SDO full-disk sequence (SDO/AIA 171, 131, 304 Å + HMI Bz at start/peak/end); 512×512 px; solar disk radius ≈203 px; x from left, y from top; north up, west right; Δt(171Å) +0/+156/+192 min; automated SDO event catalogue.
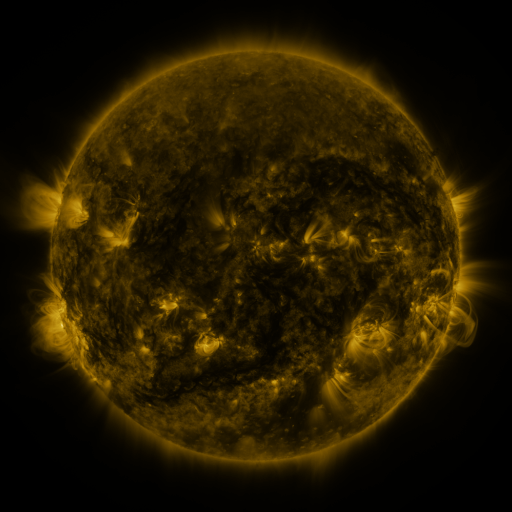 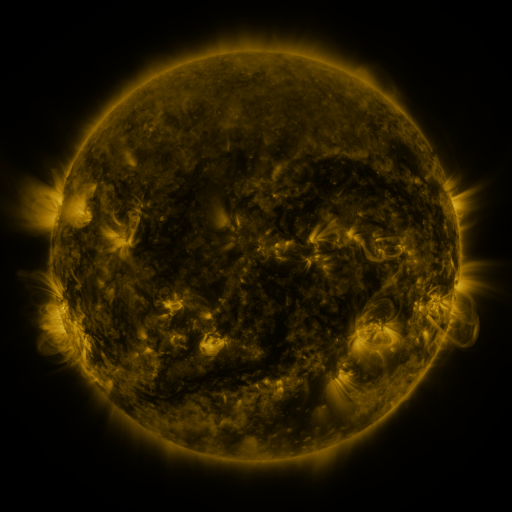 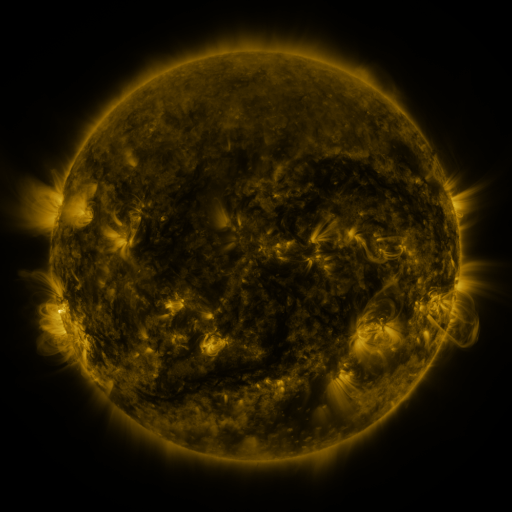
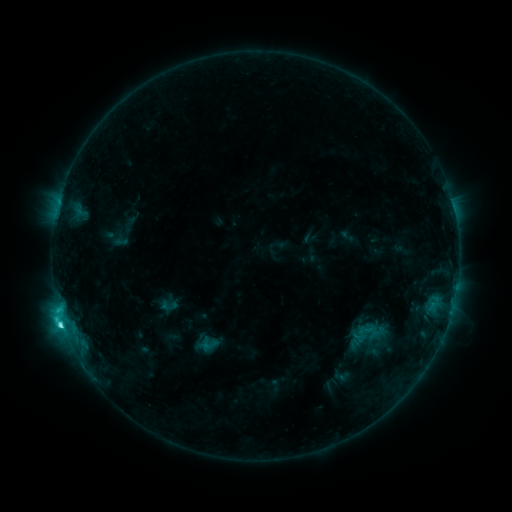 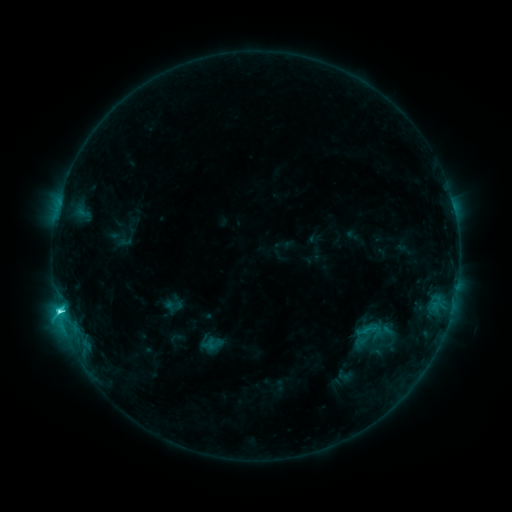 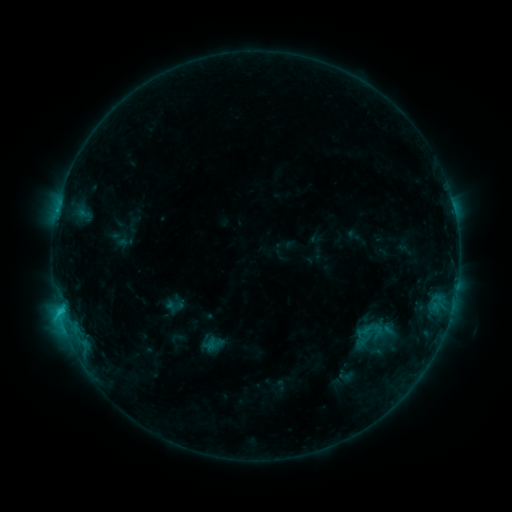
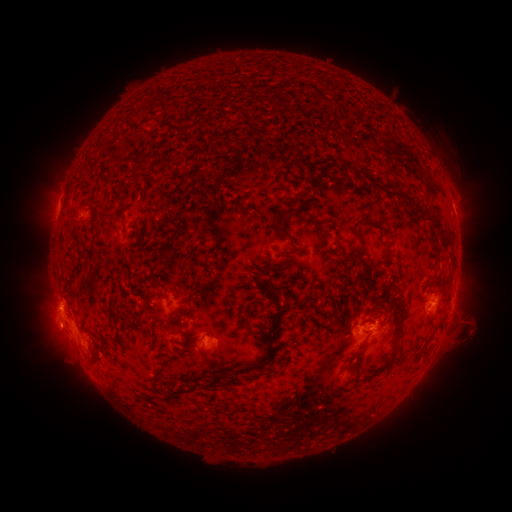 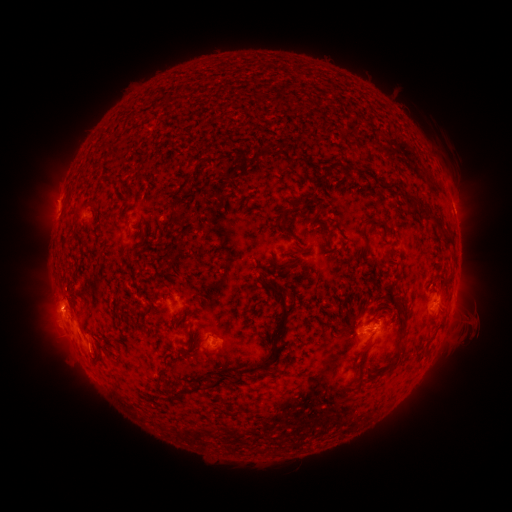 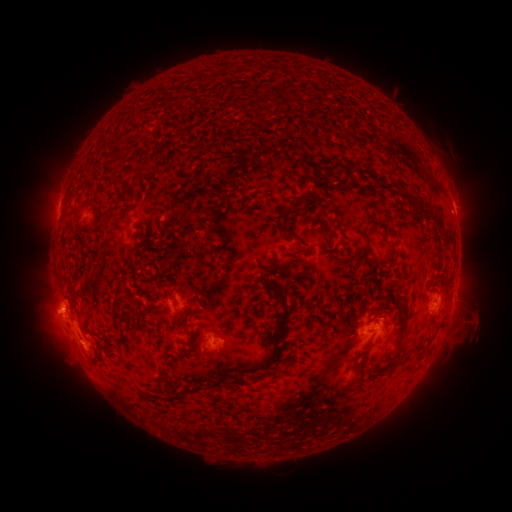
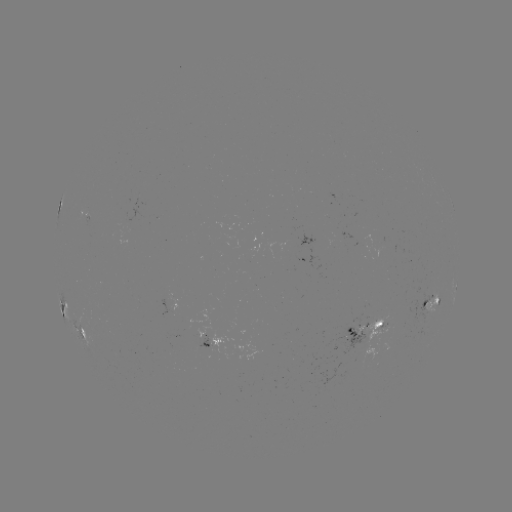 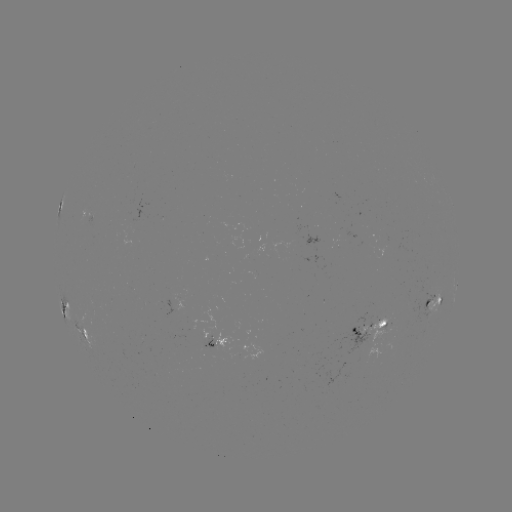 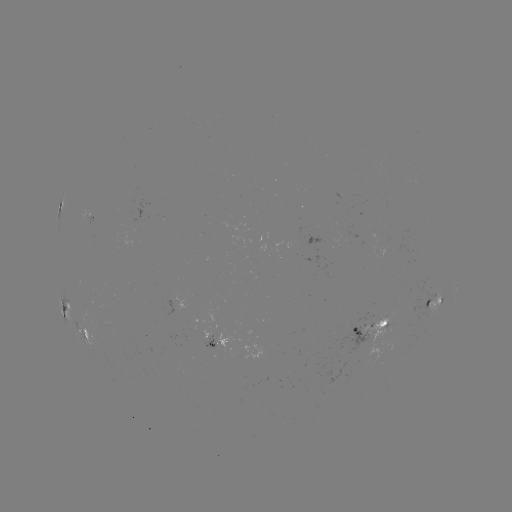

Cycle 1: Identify emerging-flux region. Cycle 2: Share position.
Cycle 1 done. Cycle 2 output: (345, 372).